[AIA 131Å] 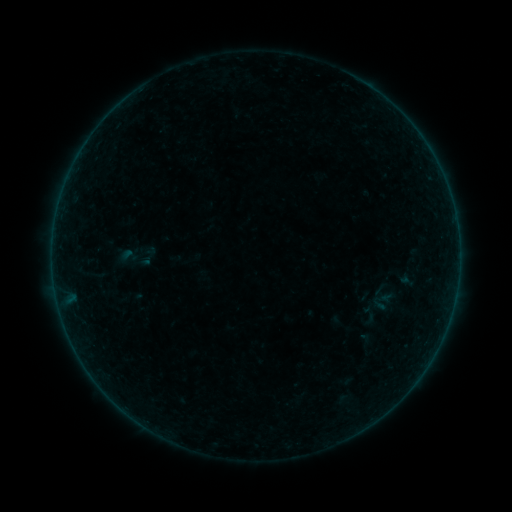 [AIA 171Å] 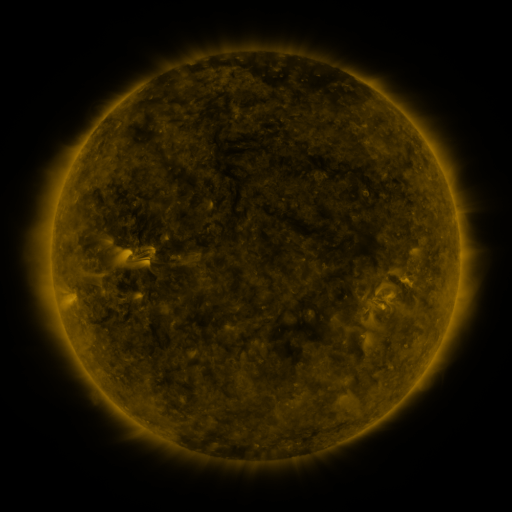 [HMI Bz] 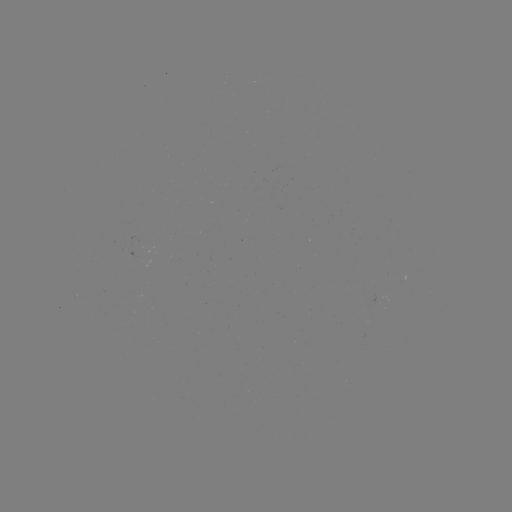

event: sigmoid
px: (127, 257)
